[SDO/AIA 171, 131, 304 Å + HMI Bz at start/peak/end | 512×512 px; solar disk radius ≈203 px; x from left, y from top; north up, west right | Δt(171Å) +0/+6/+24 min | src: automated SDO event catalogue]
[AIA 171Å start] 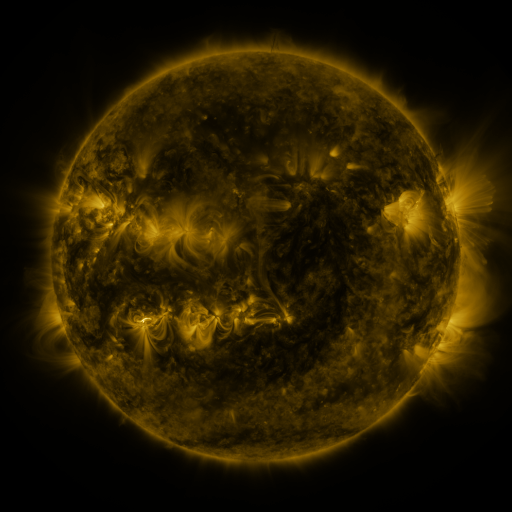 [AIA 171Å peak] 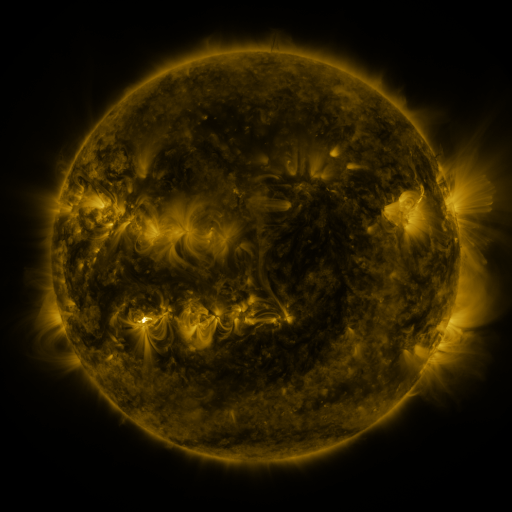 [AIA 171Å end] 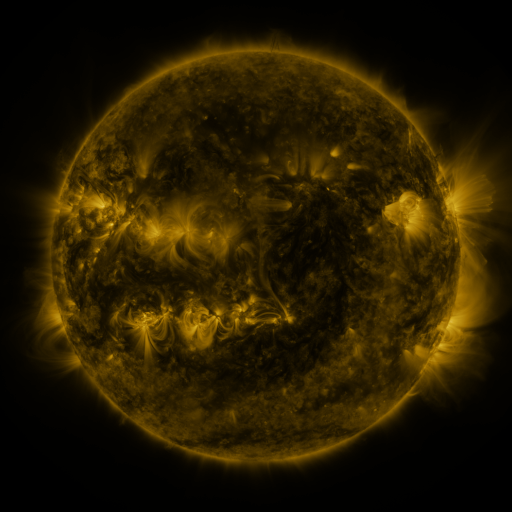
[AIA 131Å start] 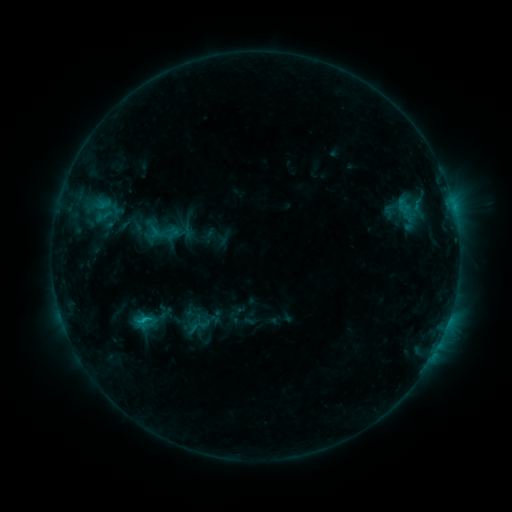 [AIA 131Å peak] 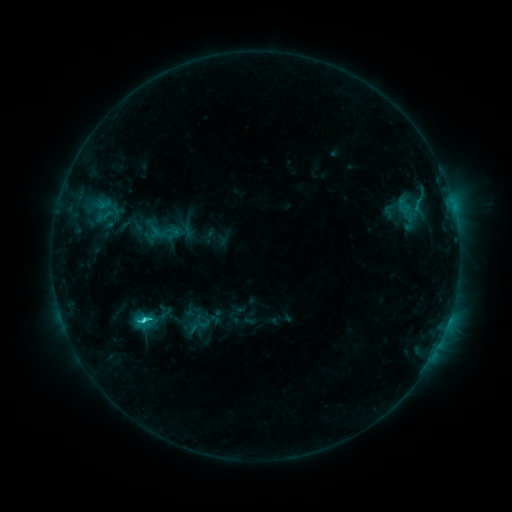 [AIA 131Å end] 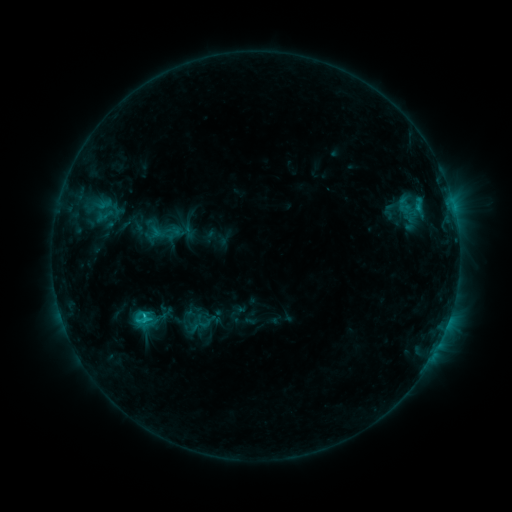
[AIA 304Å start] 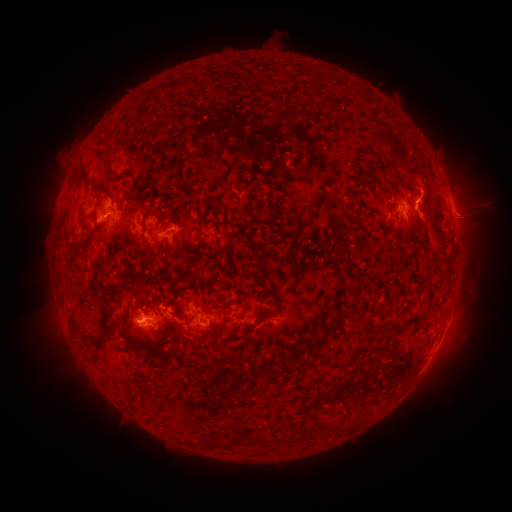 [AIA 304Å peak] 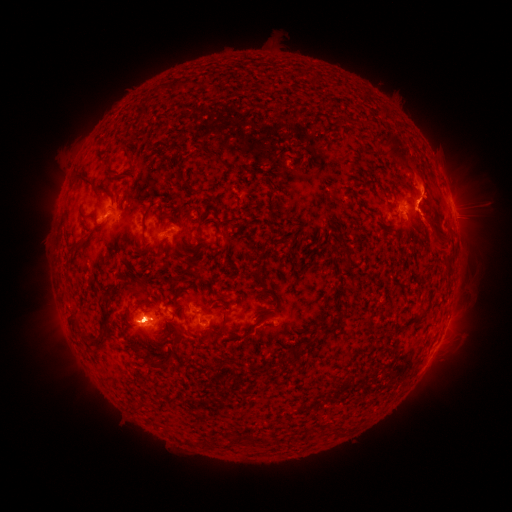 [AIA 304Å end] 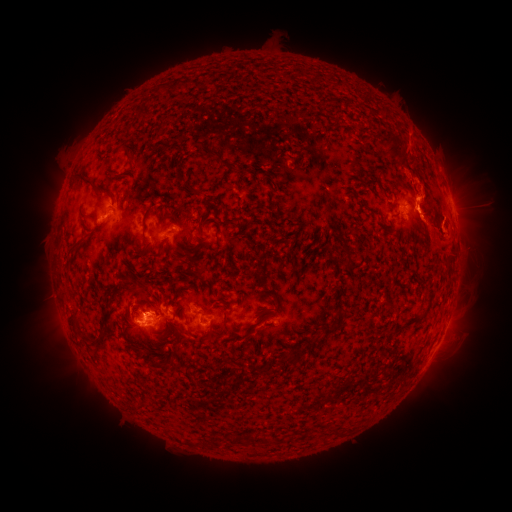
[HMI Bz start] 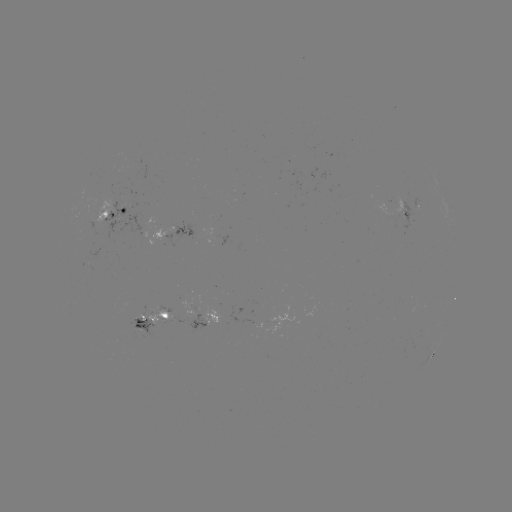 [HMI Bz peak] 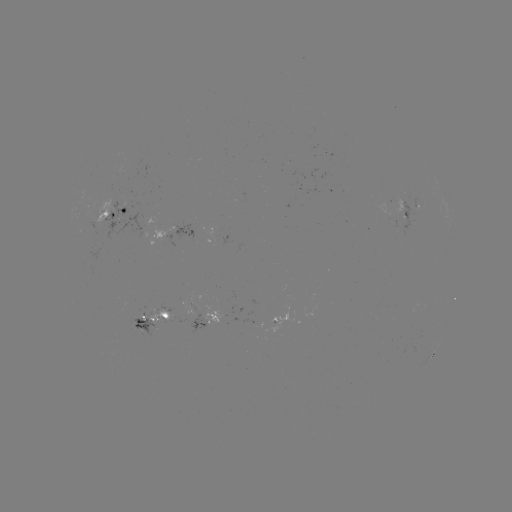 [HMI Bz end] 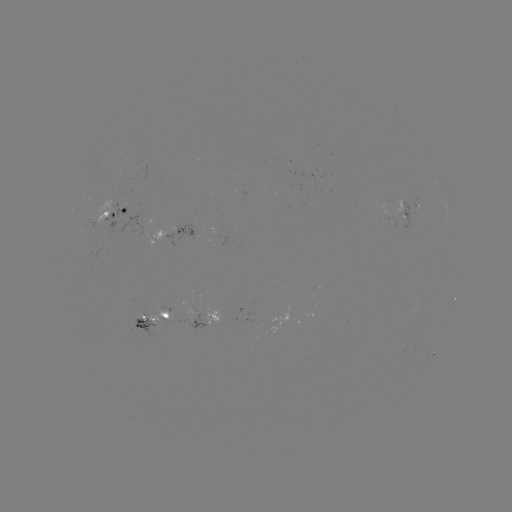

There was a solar flare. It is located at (145, 317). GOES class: C2.6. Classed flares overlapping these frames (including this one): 1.